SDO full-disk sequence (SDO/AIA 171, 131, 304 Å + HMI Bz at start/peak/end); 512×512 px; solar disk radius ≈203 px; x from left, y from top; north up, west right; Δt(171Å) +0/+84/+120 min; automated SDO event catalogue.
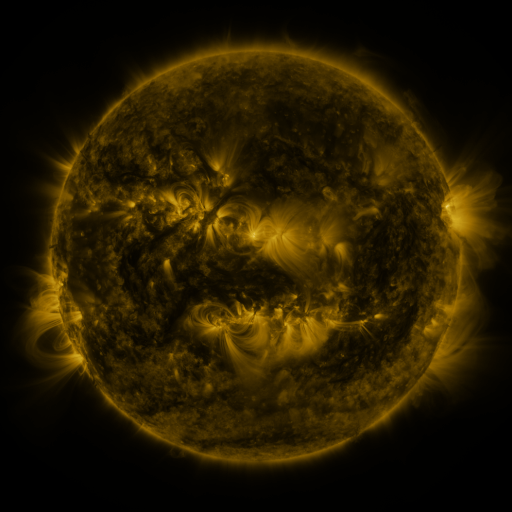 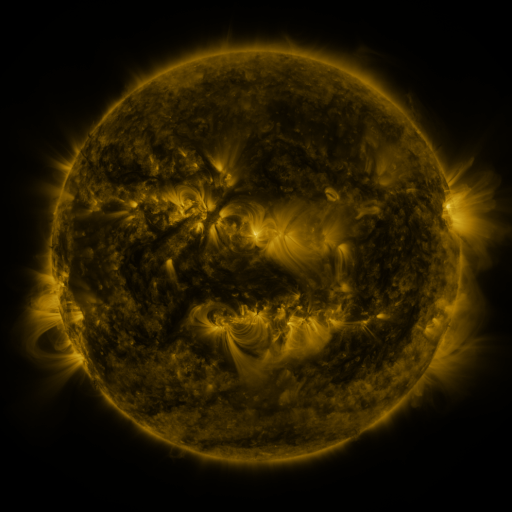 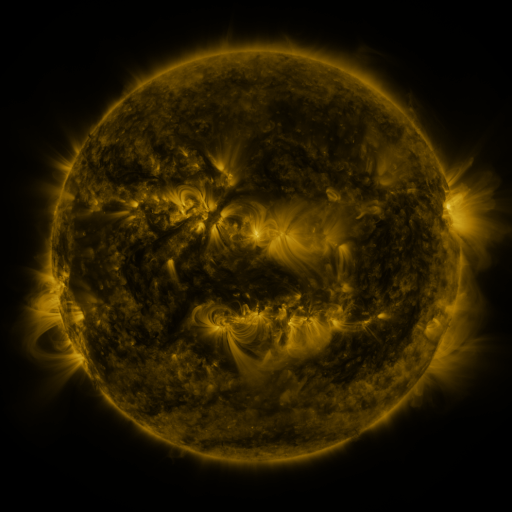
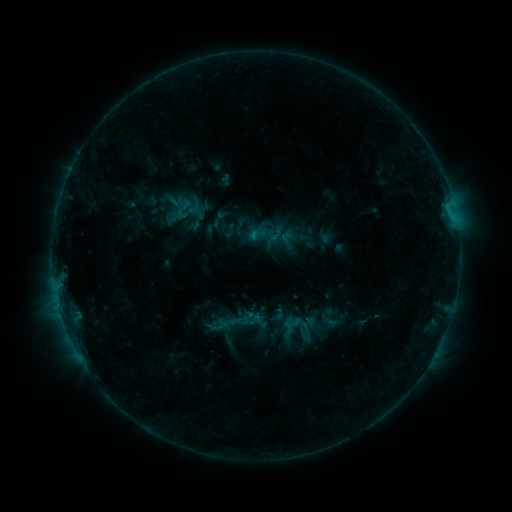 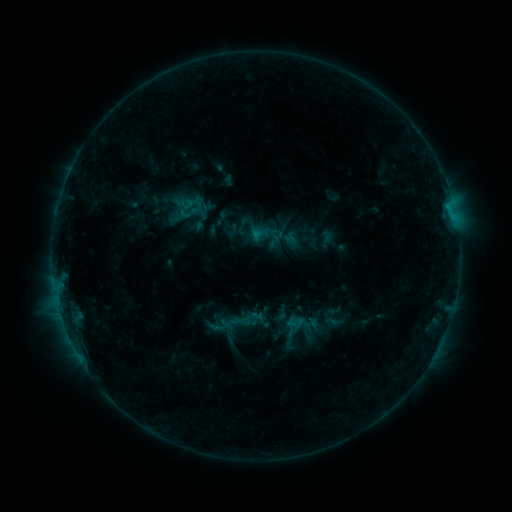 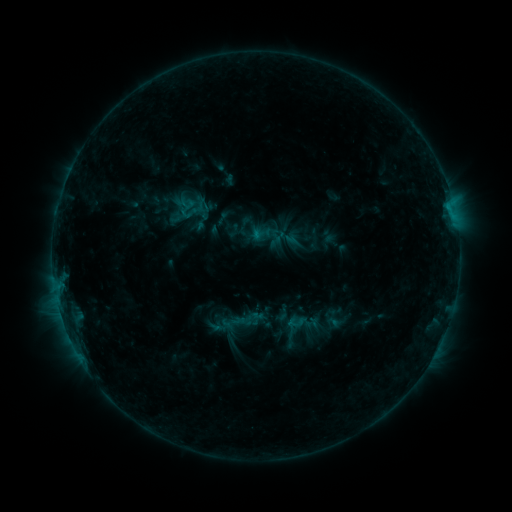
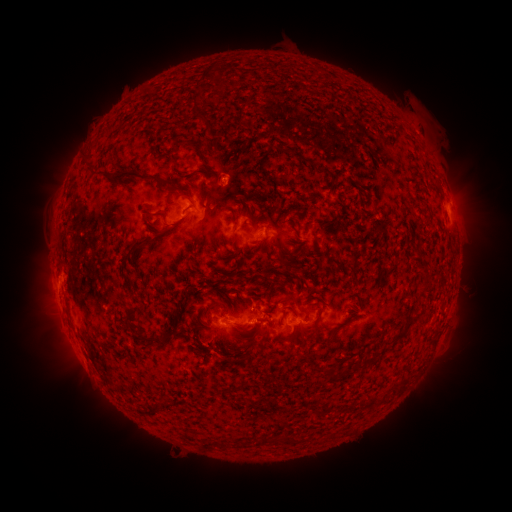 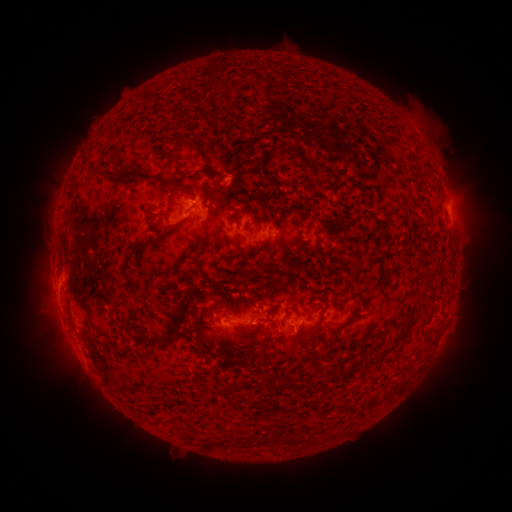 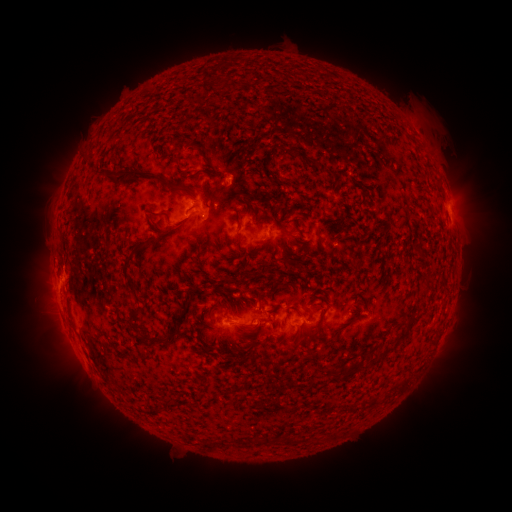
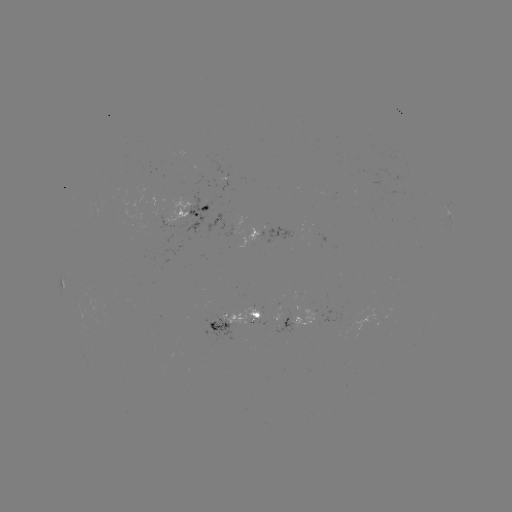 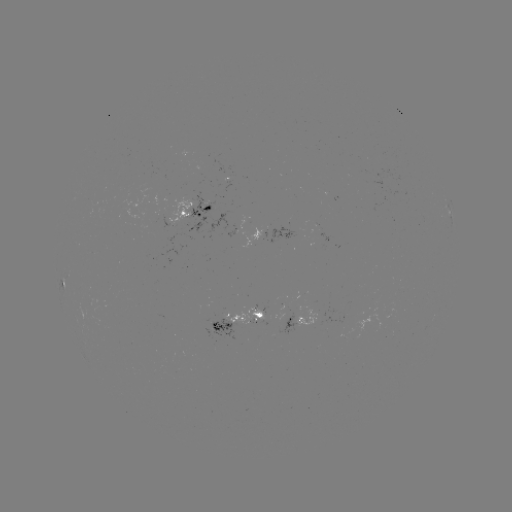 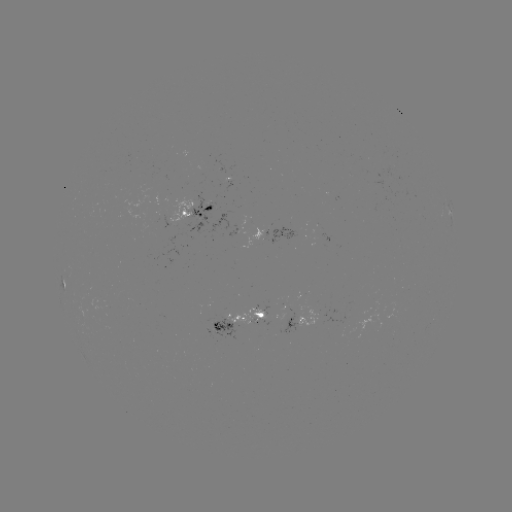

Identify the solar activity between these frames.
emerging-flux region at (311, 310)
